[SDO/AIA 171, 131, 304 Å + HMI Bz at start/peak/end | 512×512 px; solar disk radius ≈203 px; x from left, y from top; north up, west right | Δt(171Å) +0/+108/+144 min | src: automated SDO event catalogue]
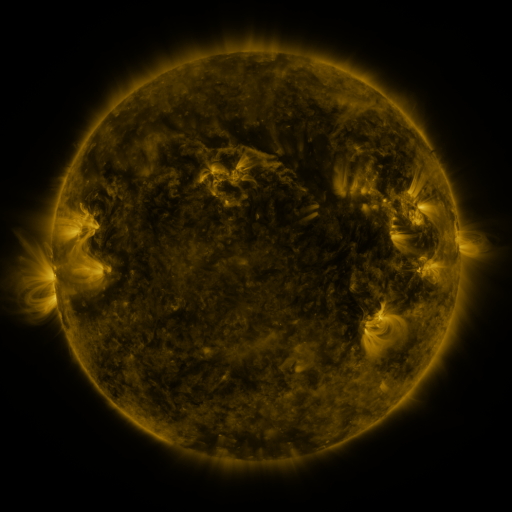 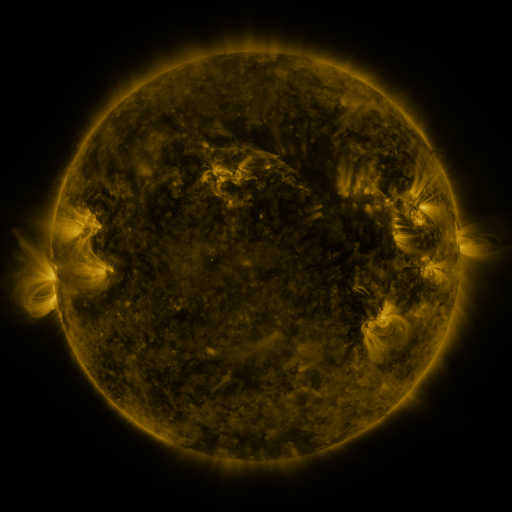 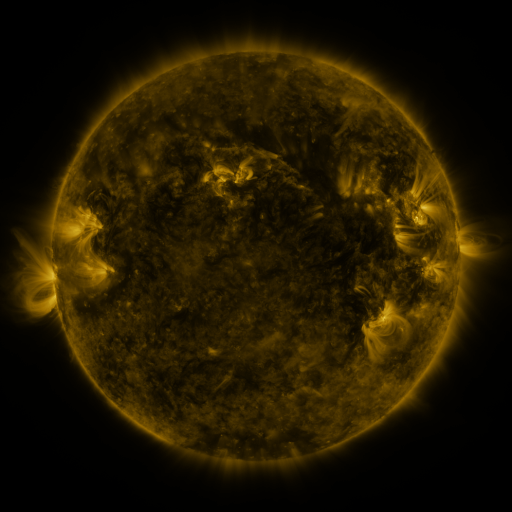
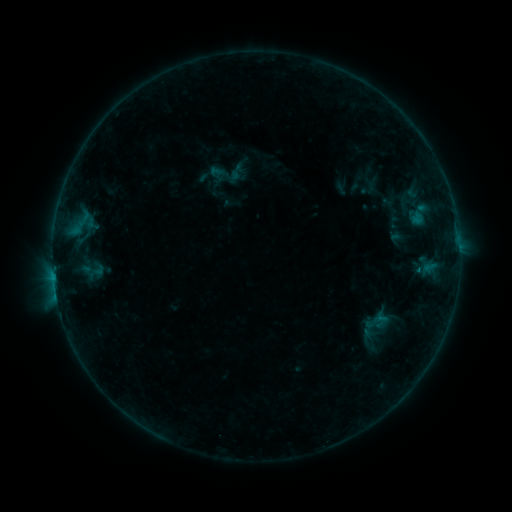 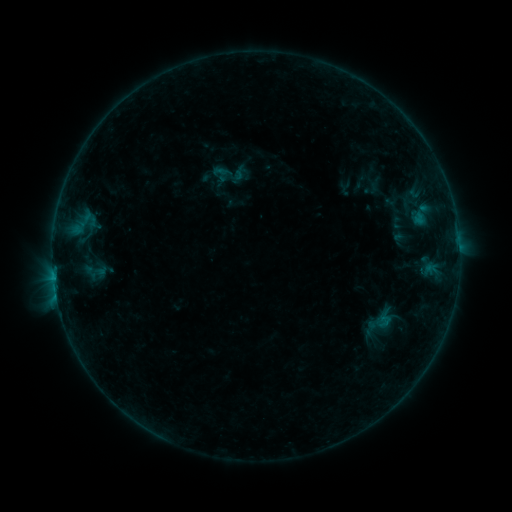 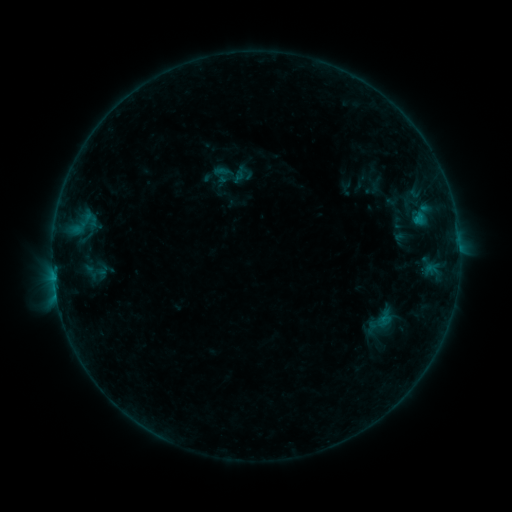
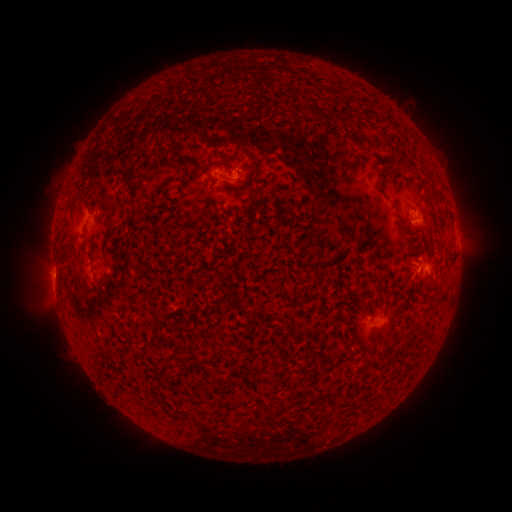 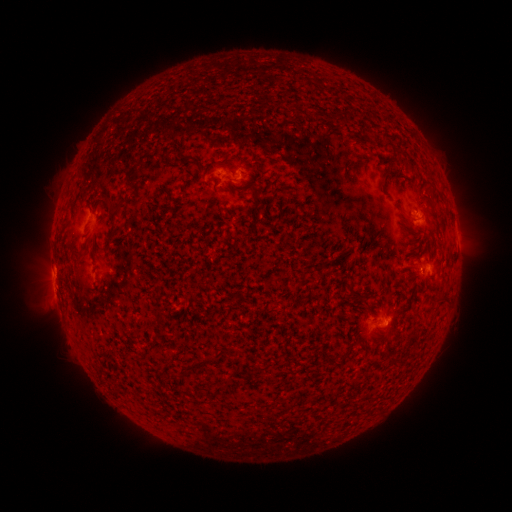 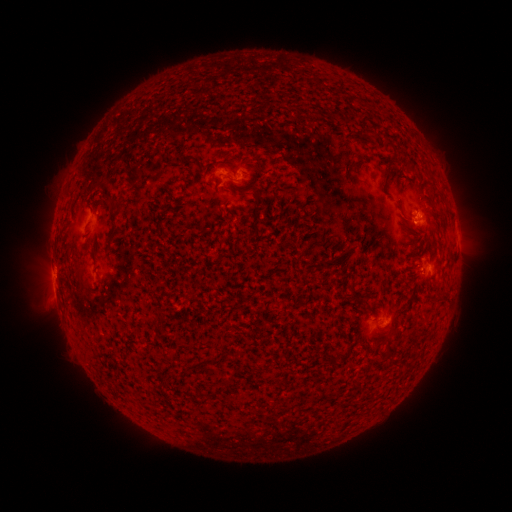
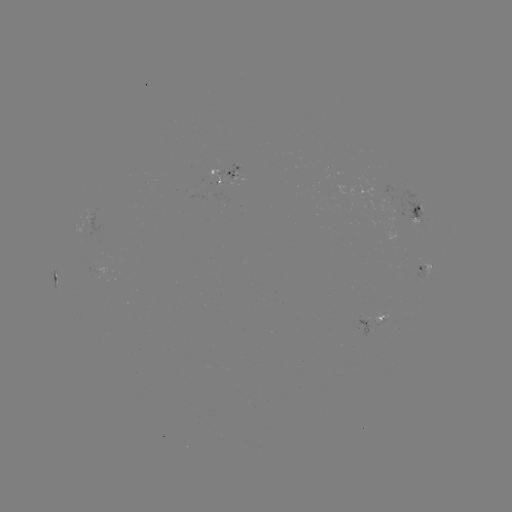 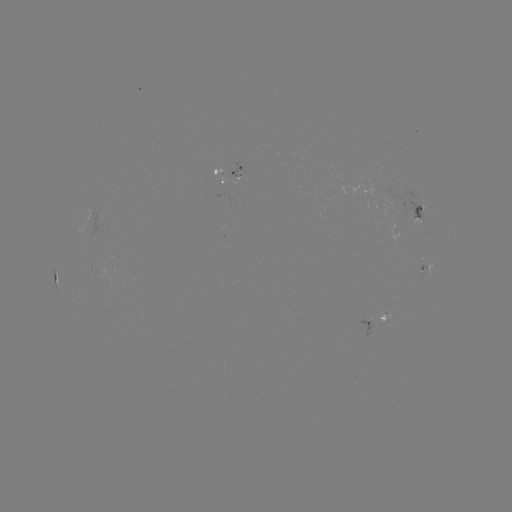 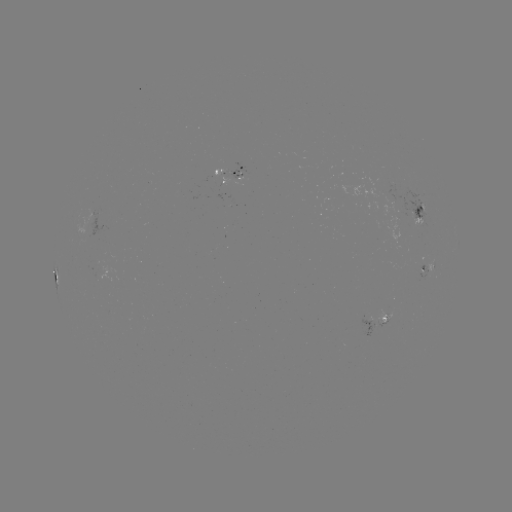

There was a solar emerging-flux region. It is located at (221, 174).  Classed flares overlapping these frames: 2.